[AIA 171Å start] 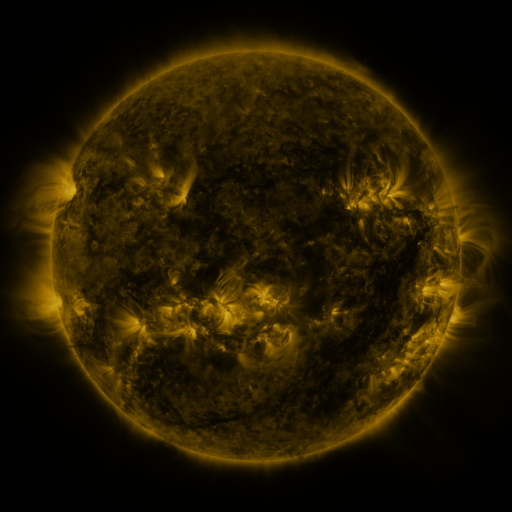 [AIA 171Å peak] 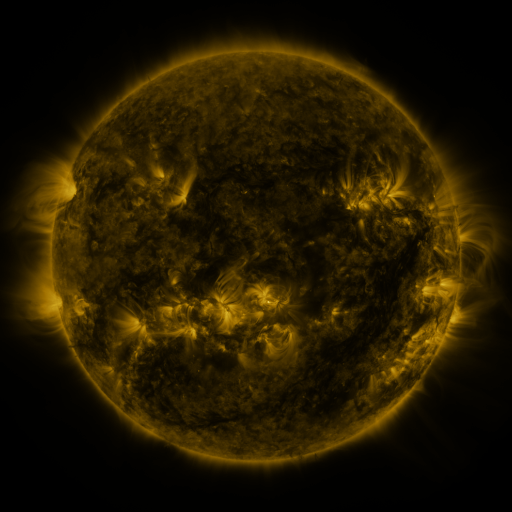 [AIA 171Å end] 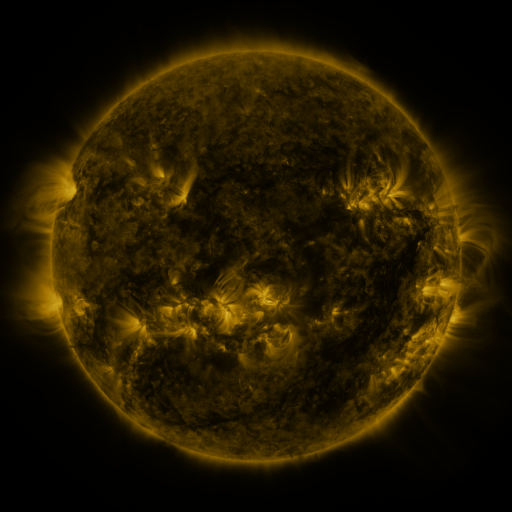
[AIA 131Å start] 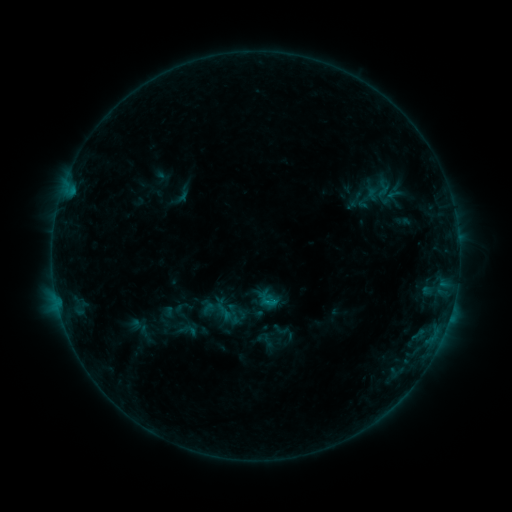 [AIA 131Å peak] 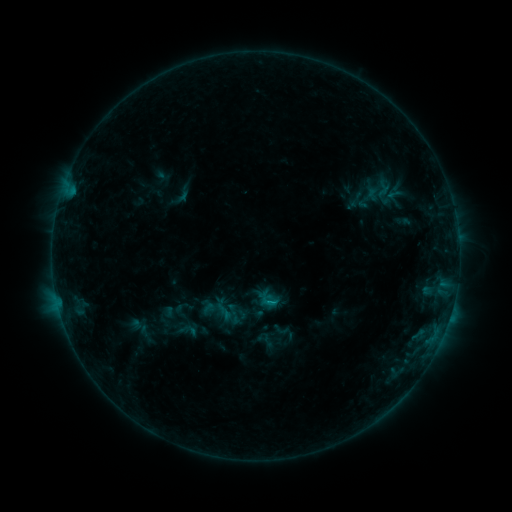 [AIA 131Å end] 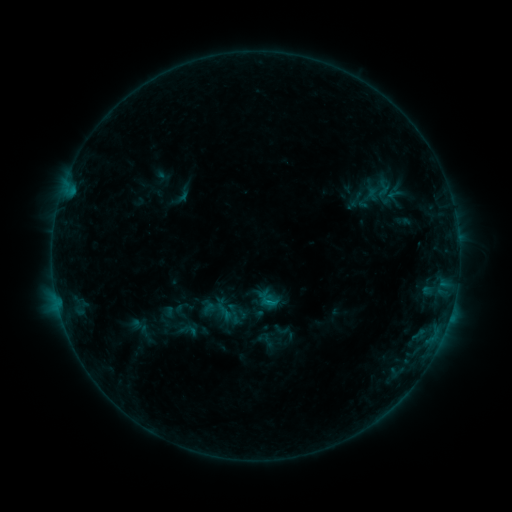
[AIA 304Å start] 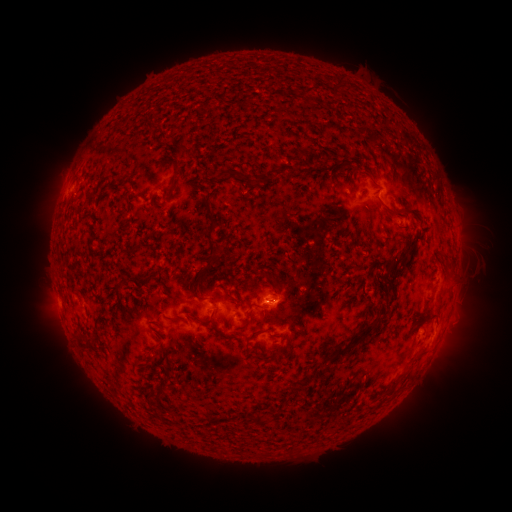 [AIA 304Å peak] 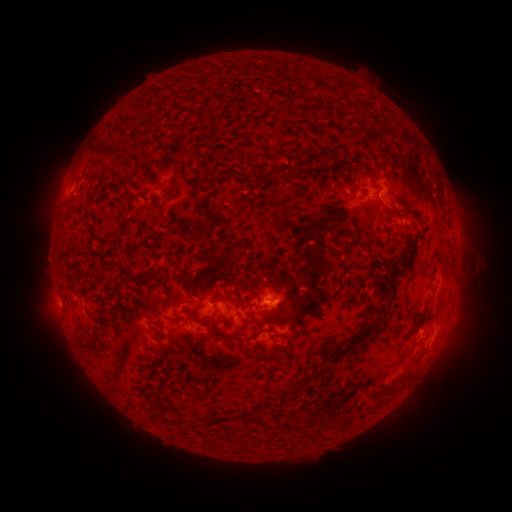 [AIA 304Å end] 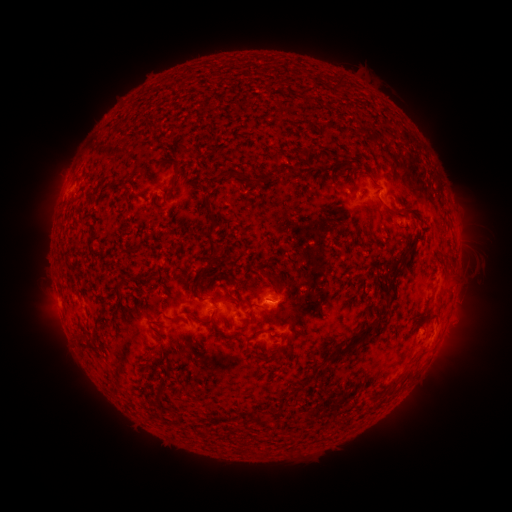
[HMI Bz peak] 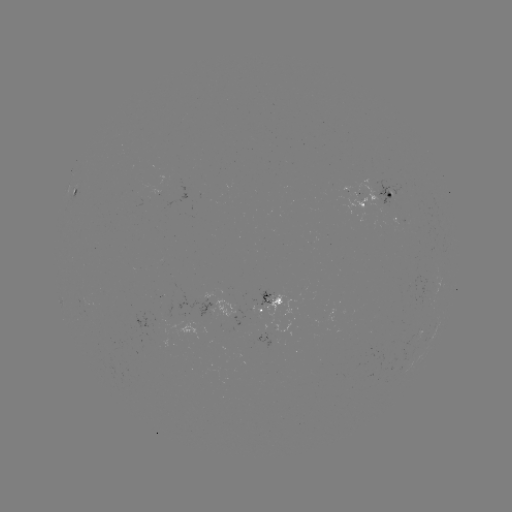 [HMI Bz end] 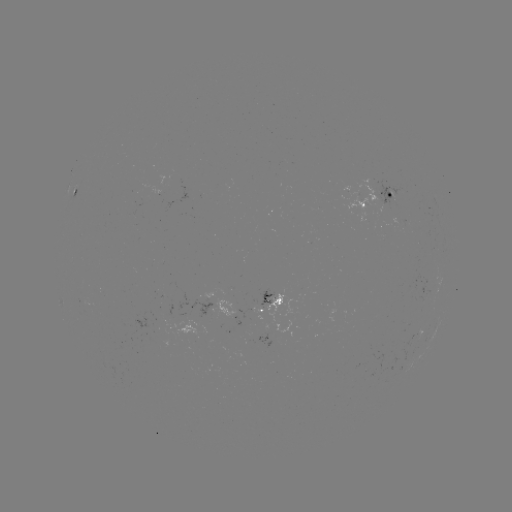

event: flare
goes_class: B3.9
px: (273, 302)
